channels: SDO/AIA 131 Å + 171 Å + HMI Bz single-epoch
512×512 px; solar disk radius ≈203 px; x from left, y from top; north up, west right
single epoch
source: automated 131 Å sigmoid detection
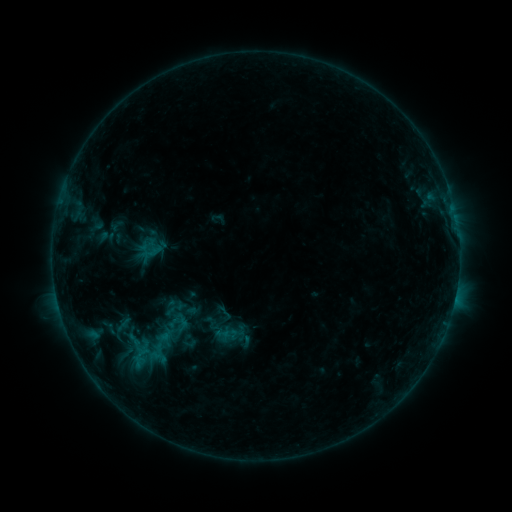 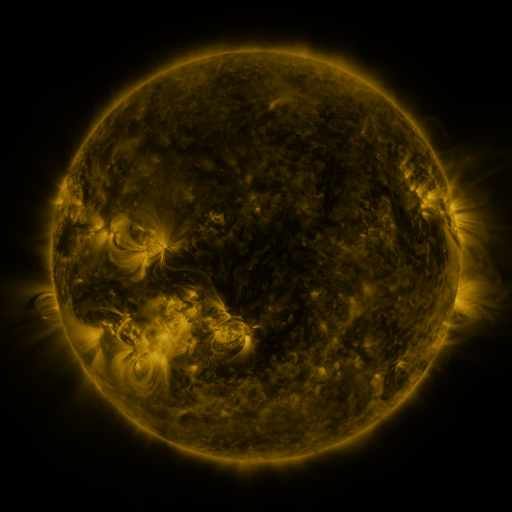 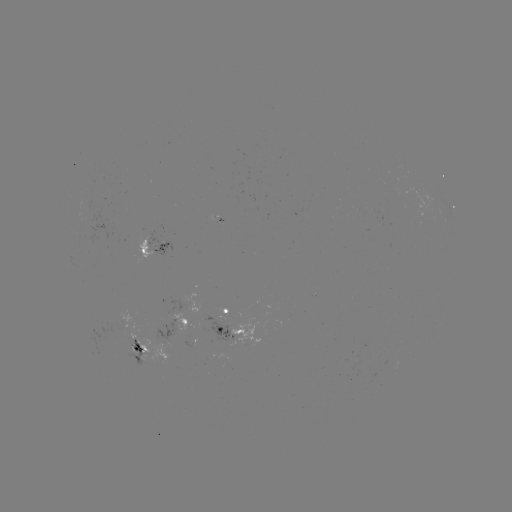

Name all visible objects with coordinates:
sigmoid: (170, 308)
